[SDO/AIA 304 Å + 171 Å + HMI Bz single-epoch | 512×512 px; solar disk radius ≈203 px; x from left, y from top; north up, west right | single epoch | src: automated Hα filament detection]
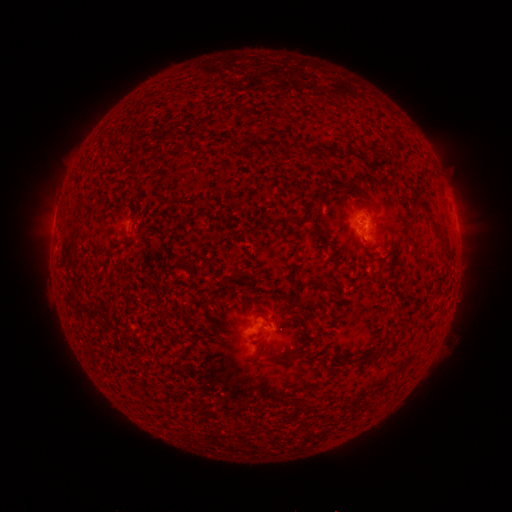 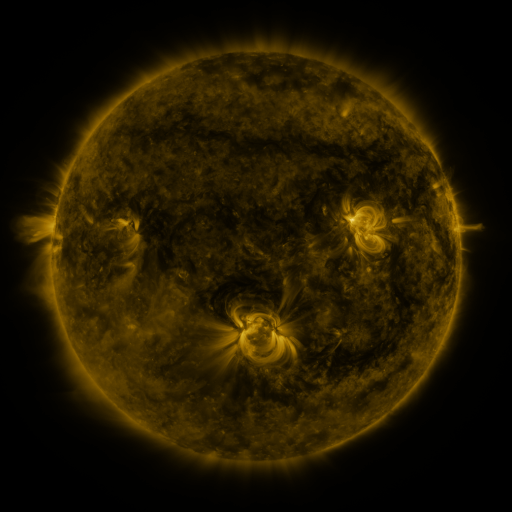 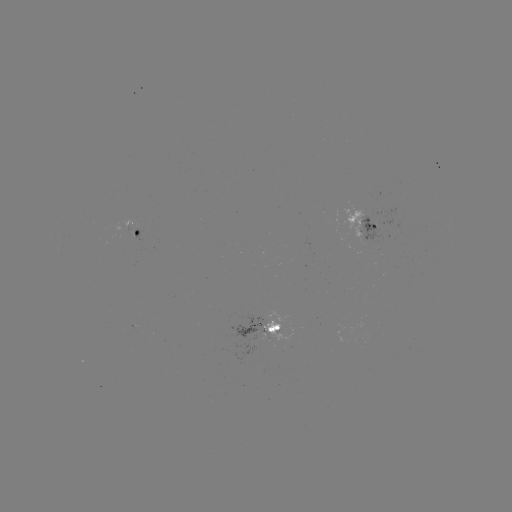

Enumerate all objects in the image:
filament: (129, 213, 136, 223)
filament: (267, 324, 281, 333)
